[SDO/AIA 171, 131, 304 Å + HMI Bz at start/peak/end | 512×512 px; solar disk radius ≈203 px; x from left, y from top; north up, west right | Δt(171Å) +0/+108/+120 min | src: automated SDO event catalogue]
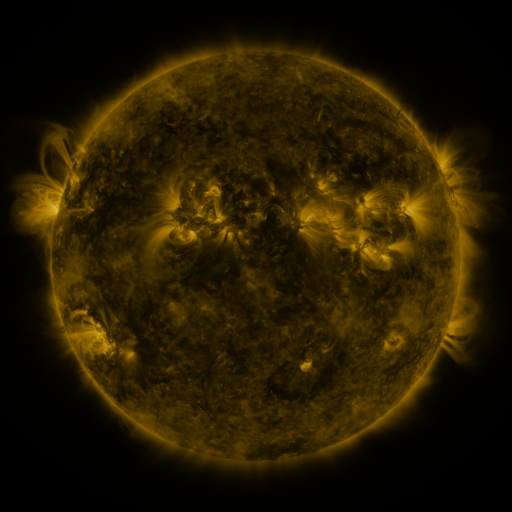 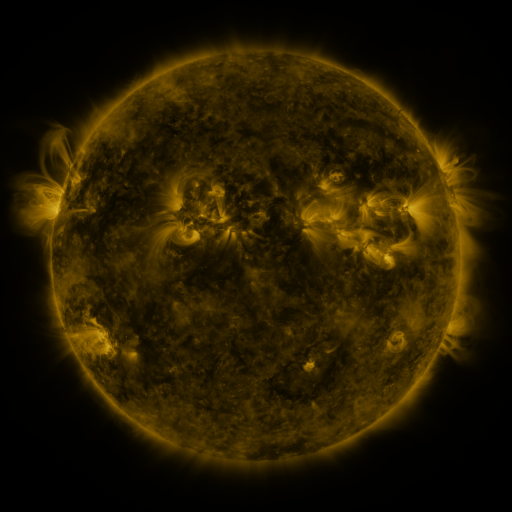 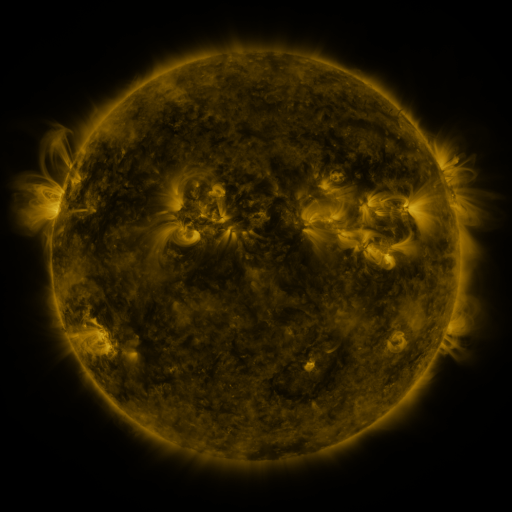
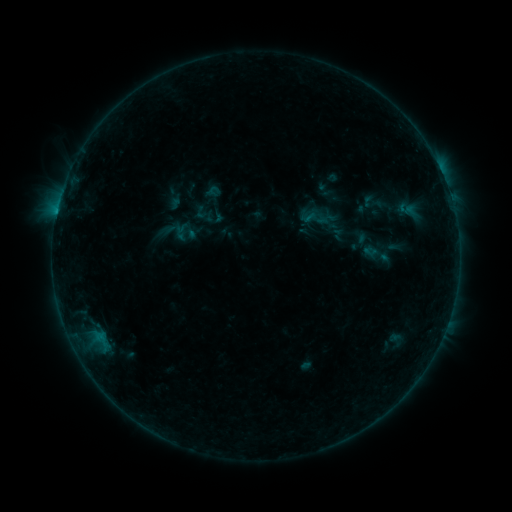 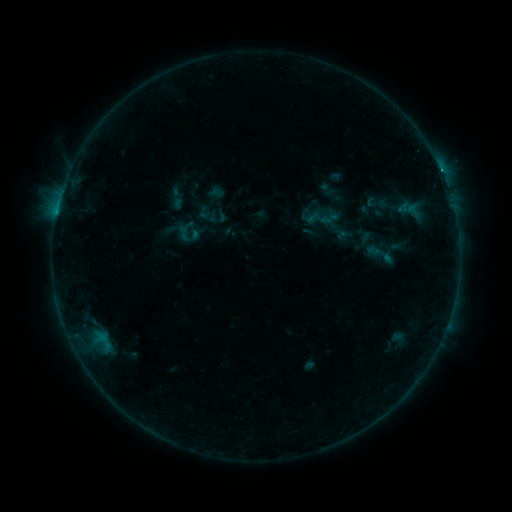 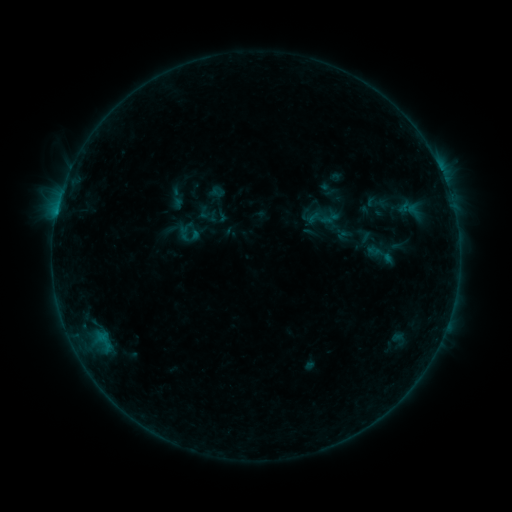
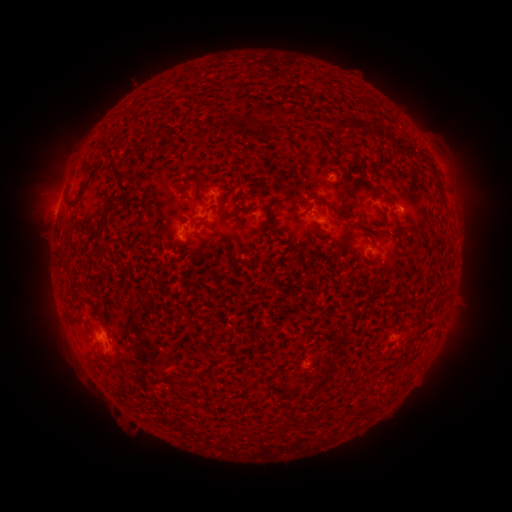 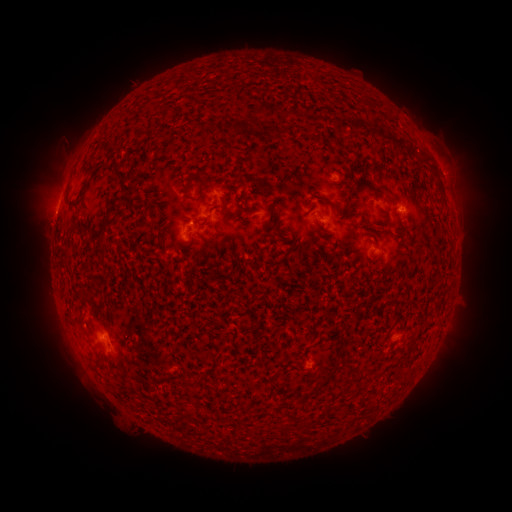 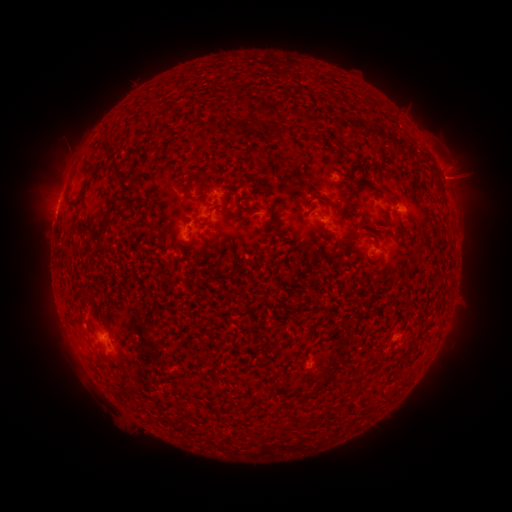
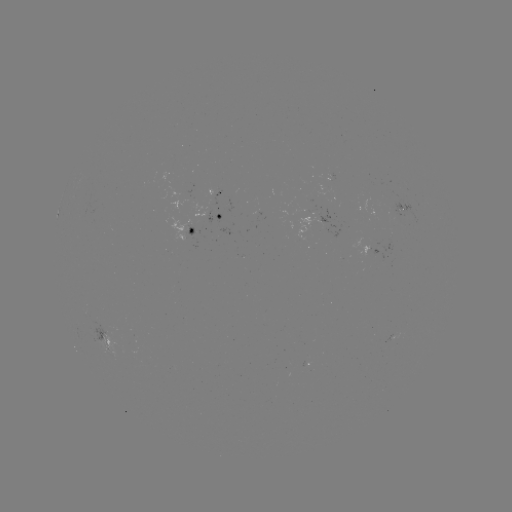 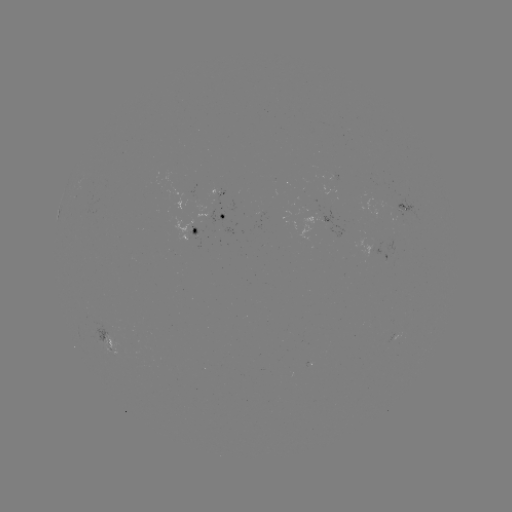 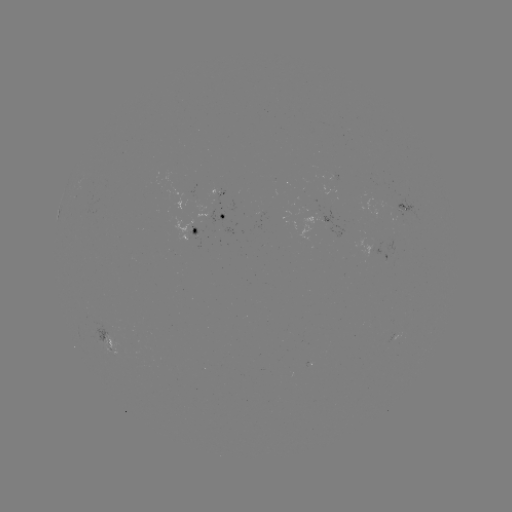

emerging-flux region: (170, 216, 193, 241)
